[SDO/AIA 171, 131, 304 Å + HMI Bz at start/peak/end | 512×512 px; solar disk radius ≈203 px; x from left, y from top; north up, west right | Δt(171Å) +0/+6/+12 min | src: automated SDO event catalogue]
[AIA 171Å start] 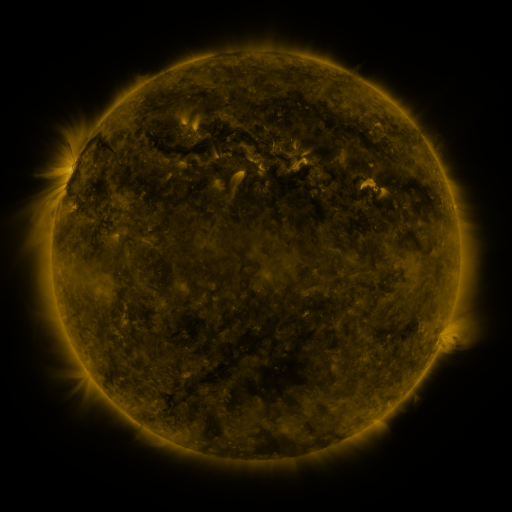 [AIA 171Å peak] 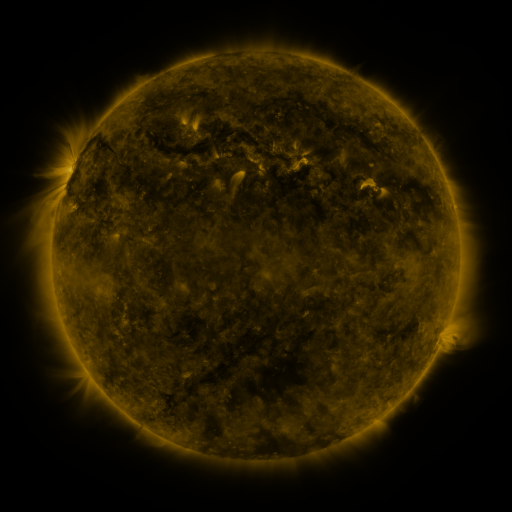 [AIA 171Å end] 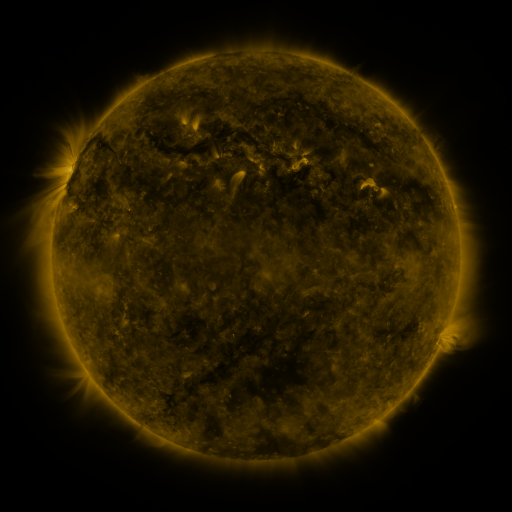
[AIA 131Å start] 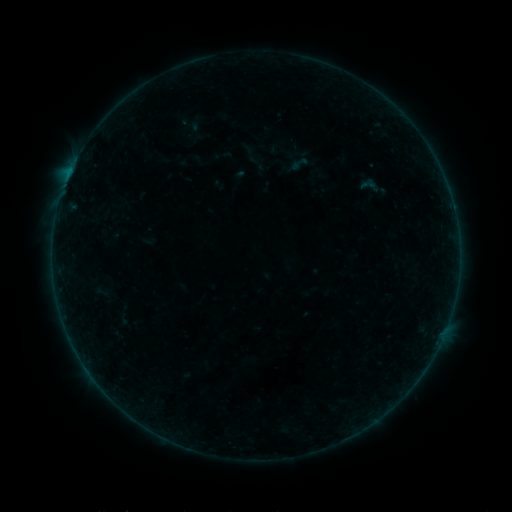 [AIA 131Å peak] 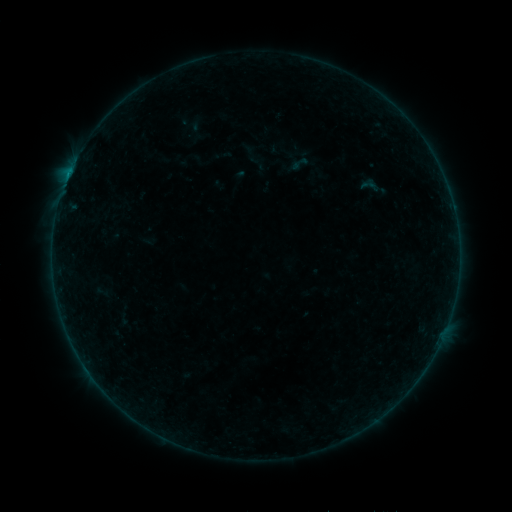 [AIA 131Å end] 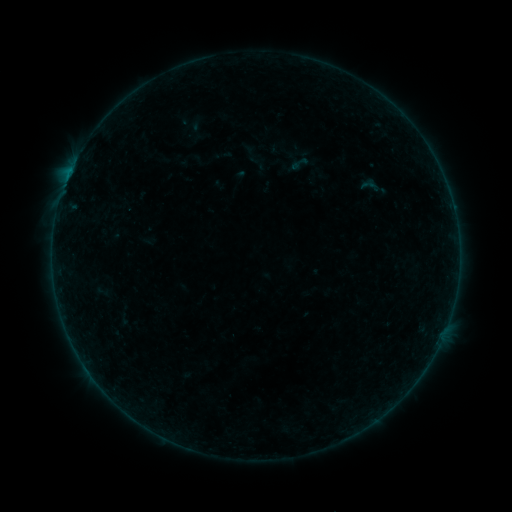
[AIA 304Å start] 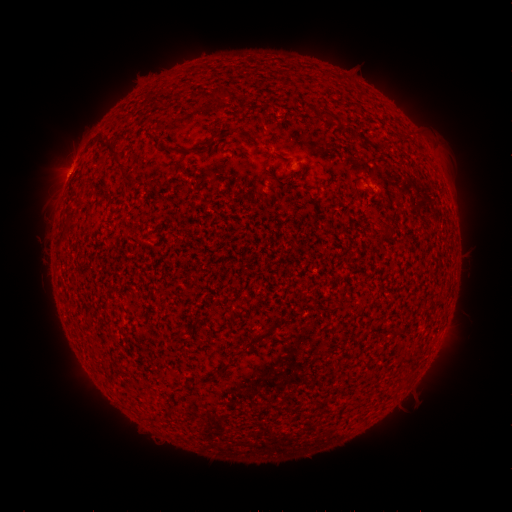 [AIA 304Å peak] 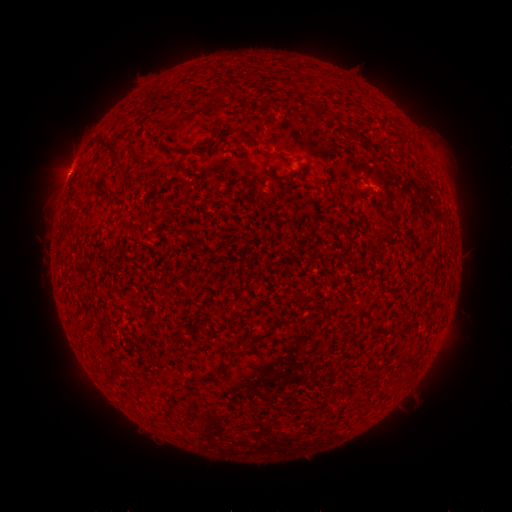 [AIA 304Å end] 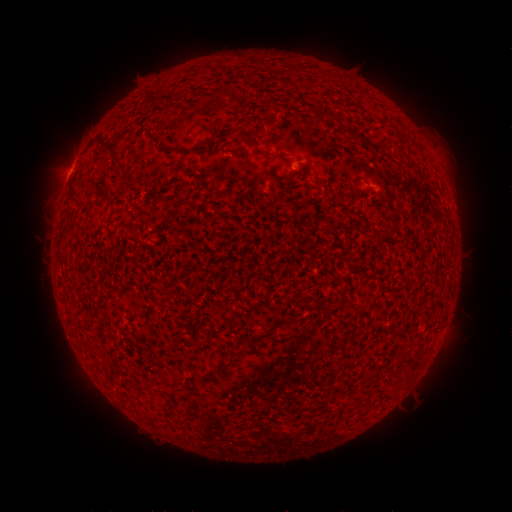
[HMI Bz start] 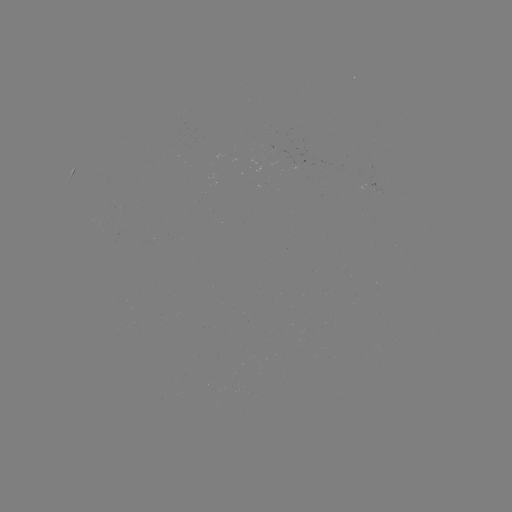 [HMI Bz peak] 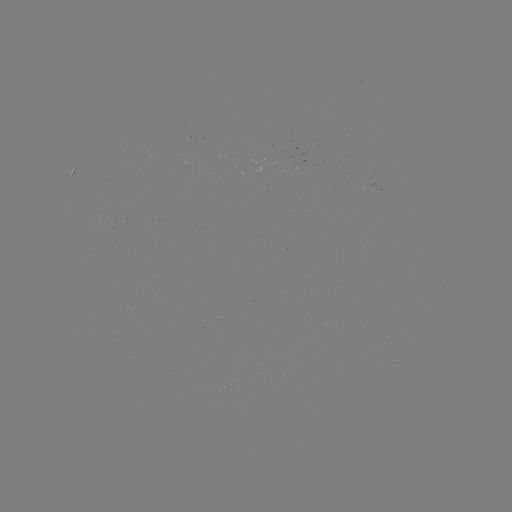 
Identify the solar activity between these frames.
B2.3 flare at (69, 176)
